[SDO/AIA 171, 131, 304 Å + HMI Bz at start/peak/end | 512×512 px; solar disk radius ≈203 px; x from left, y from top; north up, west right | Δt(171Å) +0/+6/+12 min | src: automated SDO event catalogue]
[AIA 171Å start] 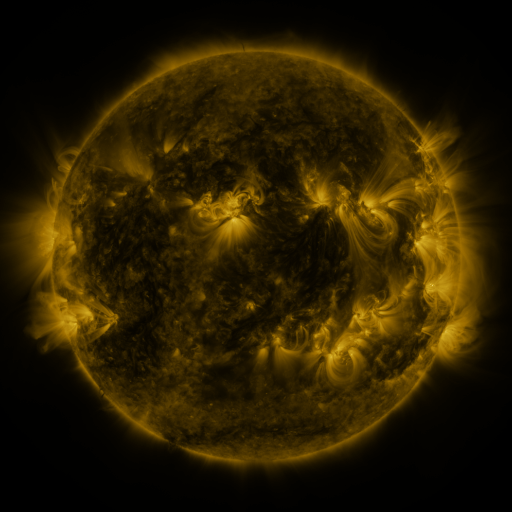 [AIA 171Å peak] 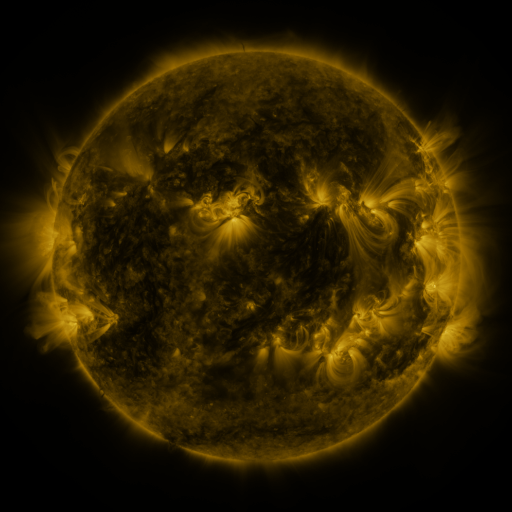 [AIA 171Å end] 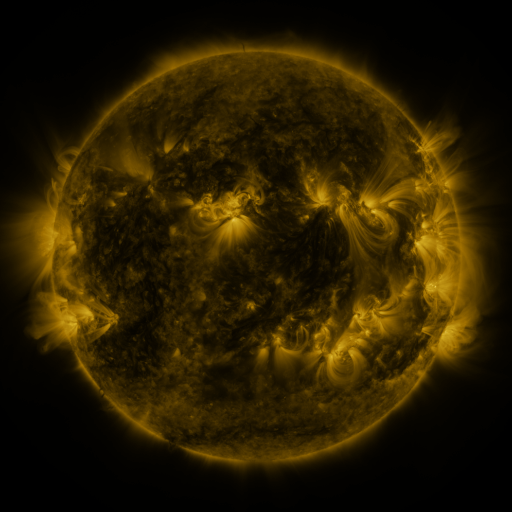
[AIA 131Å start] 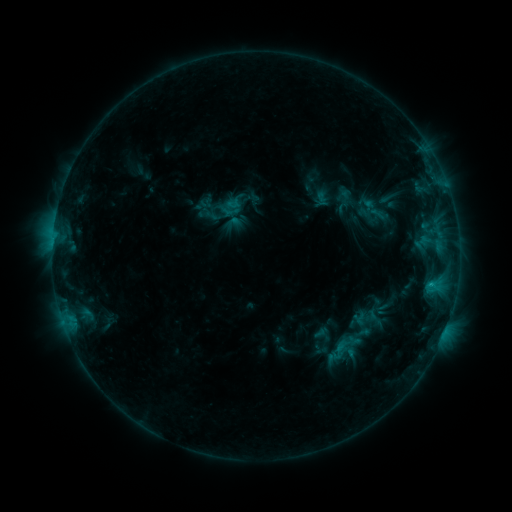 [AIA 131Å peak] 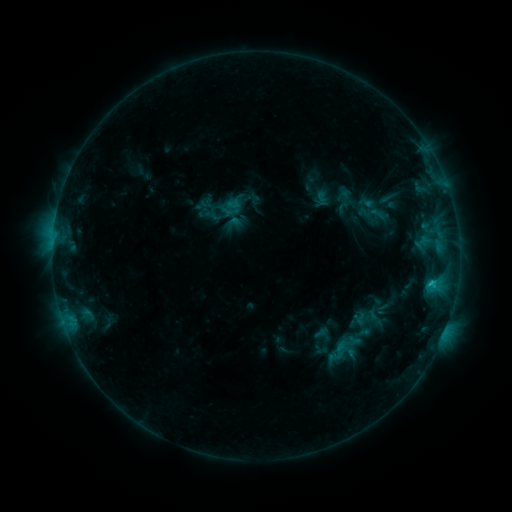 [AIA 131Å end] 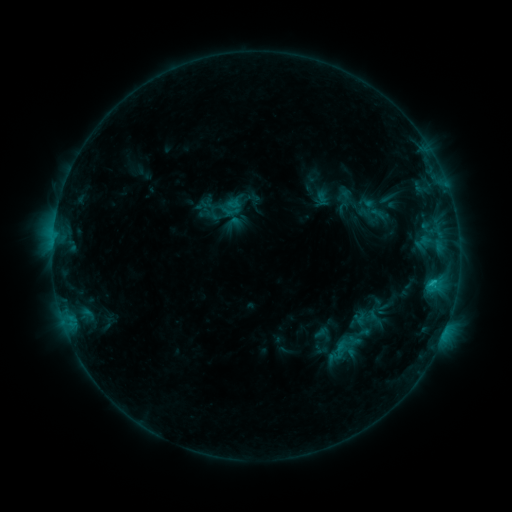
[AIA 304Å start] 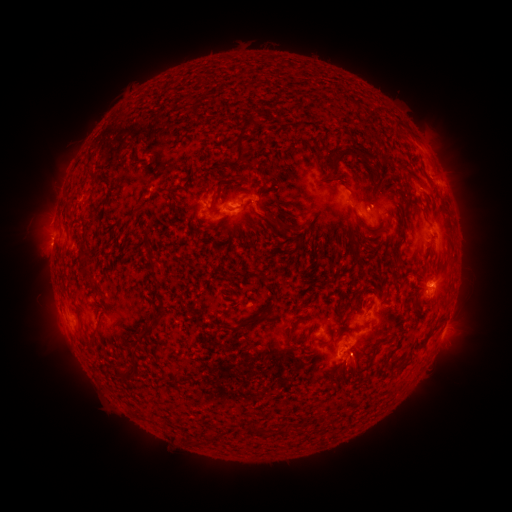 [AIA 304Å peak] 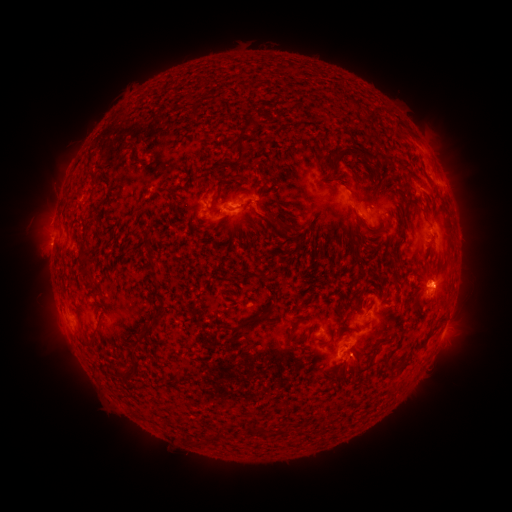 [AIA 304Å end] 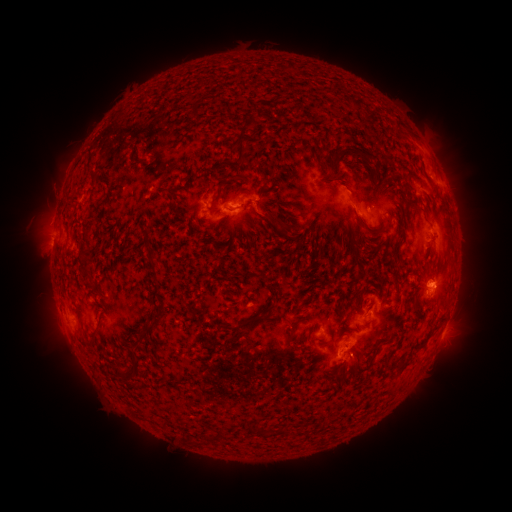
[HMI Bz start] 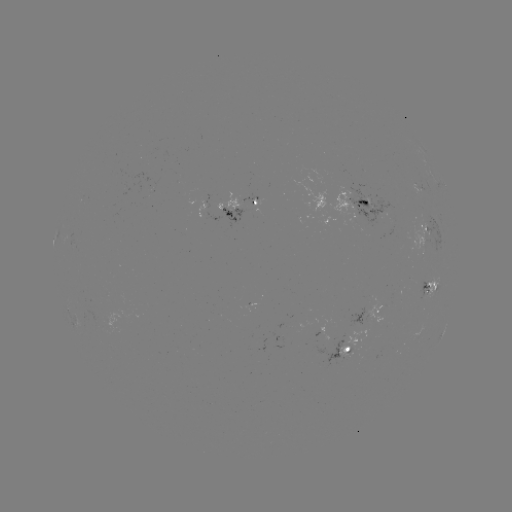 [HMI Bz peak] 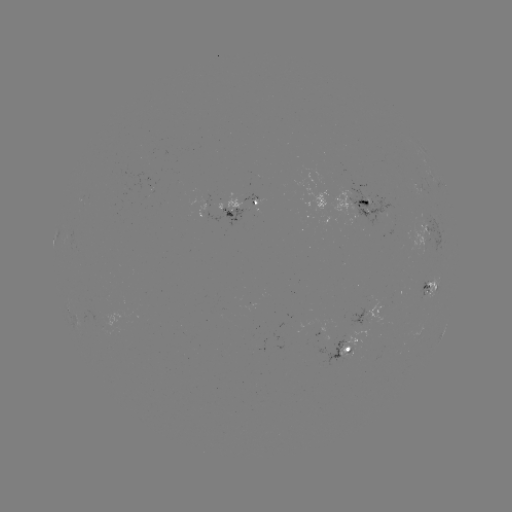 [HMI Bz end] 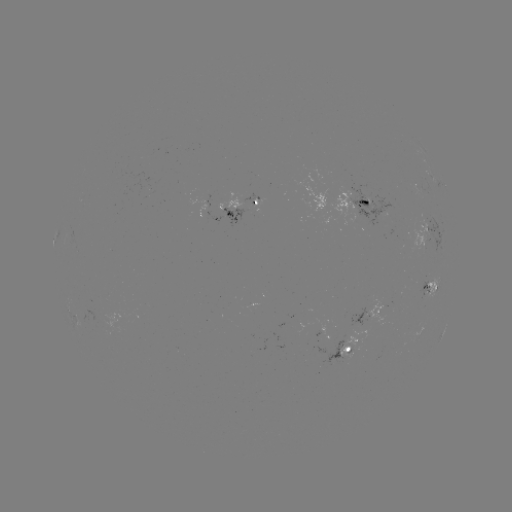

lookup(C1.1 flare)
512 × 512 [430, 280]